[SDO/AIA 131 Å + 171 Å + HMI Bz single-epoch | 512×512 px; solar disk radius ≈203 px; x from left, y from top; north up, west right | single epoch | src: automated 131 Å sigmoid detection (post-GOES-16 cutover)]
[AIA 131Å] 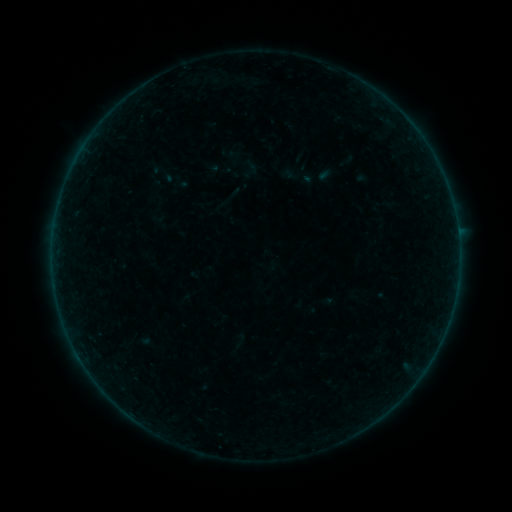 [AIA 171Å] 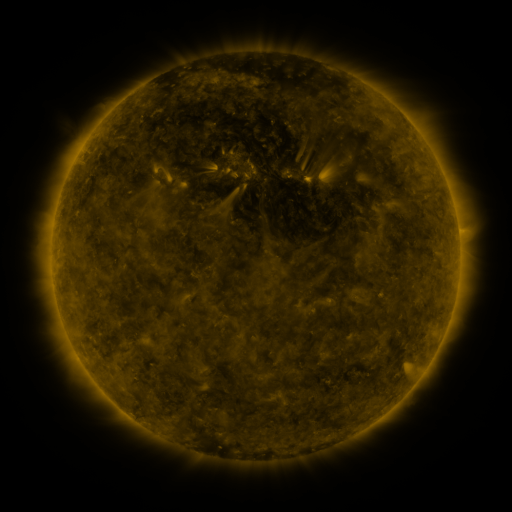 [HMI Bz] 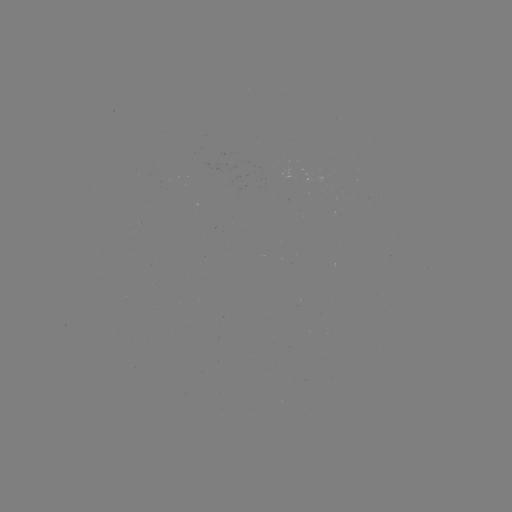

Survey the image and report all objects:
sigmoid: <bbox>147, 156, 177, 188</bbox>
